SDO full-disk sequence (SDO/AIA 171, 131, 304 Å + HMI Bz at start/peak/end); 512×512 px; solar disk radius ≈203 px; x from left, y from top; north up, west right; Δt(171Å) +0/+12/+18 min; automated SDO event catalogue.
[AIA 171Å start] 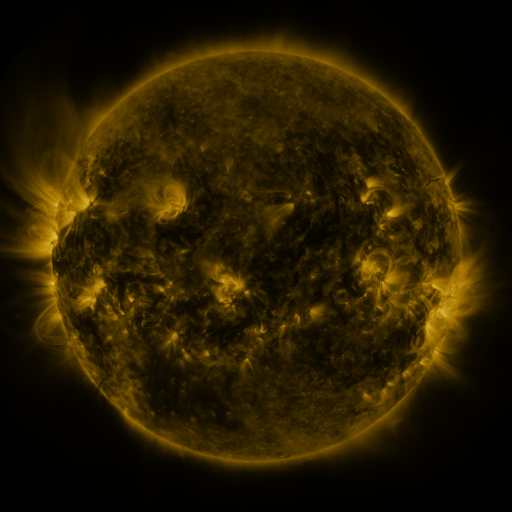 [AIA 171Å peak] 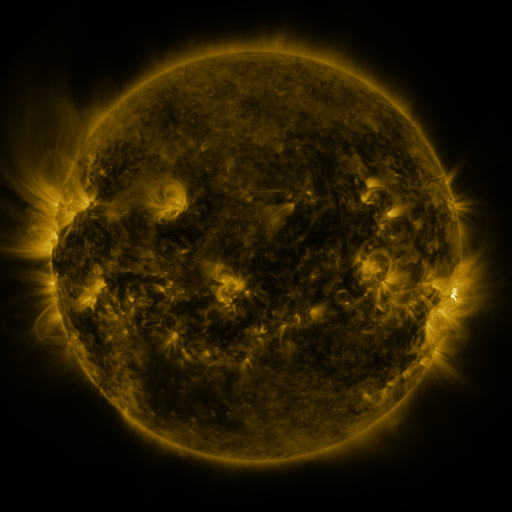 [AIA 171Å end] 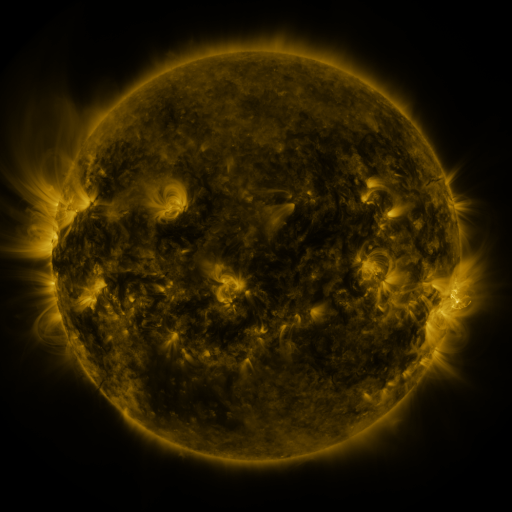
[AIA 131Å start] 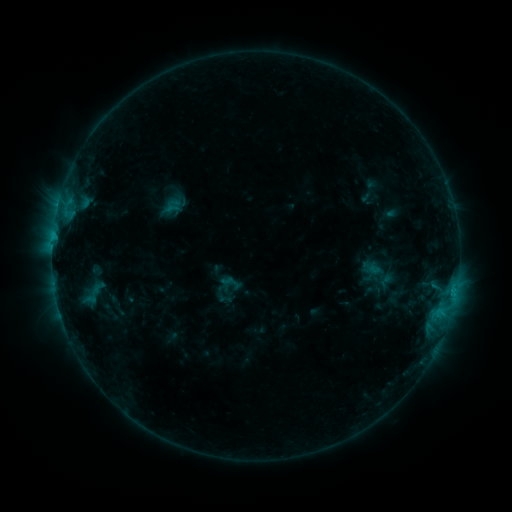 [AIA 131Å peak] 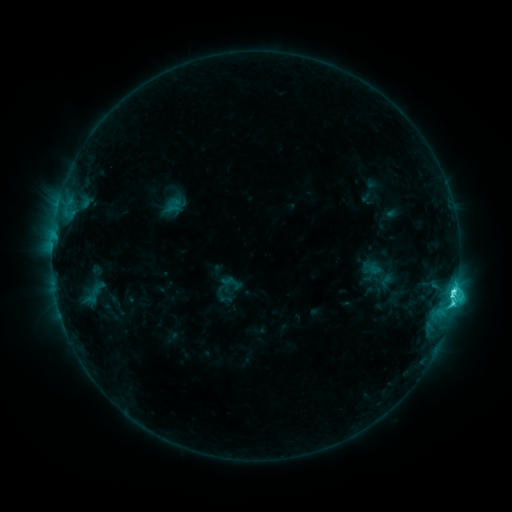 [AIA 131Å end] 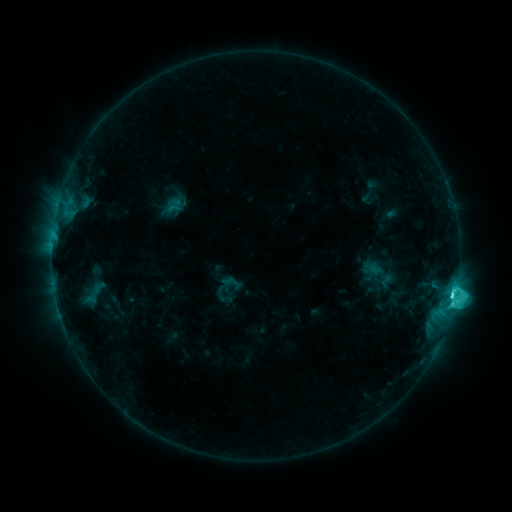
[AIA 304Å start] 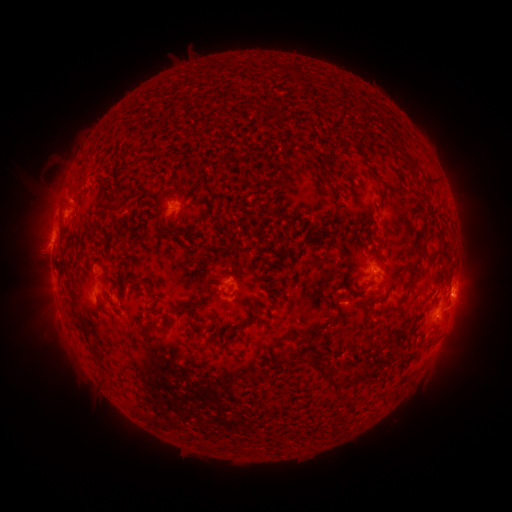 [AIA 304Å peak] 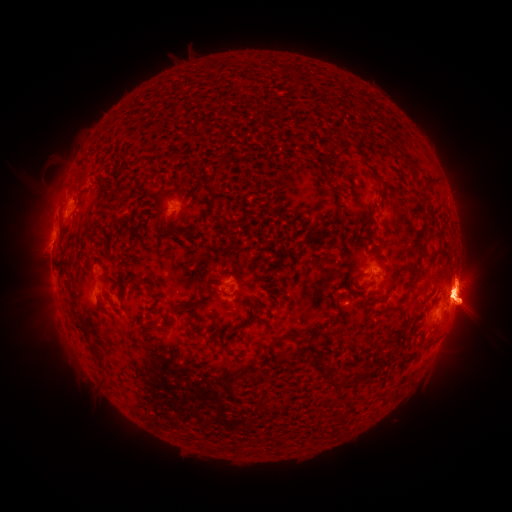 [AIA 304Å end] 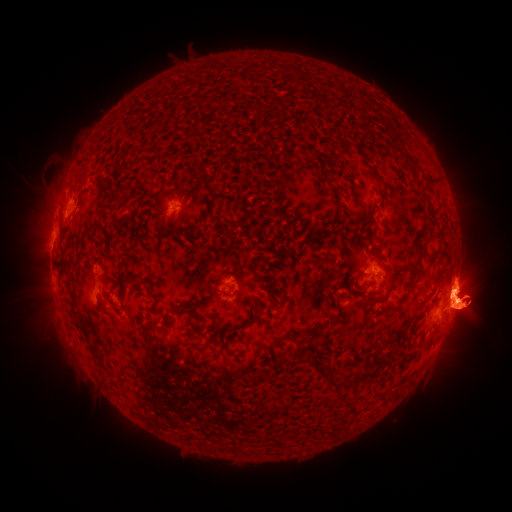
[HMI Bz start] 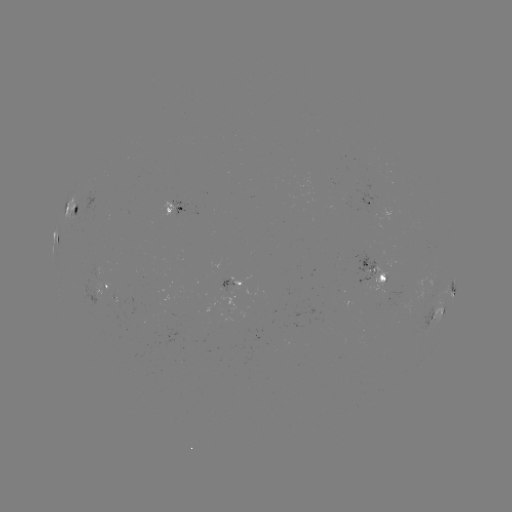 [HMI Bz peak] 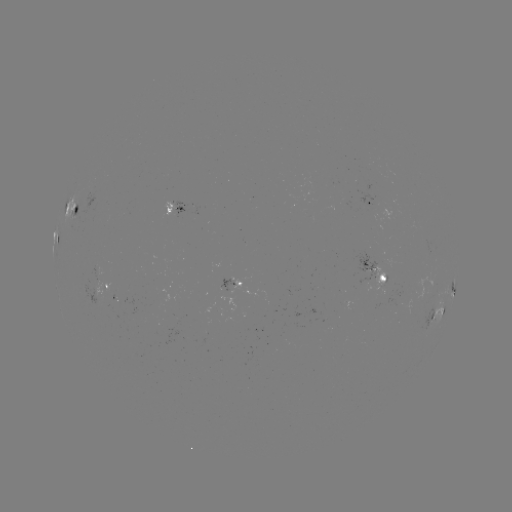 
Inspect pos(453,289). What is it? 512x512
C7.1 flare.